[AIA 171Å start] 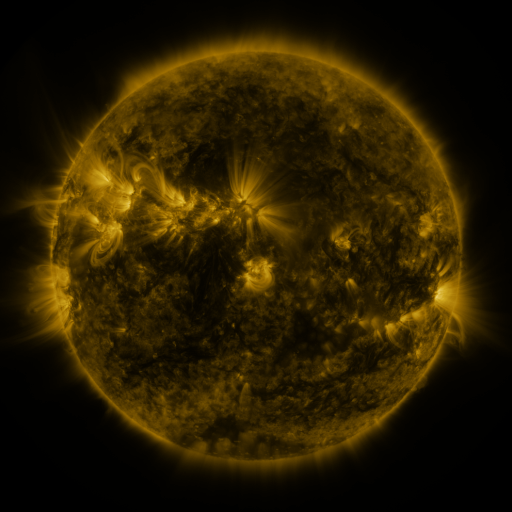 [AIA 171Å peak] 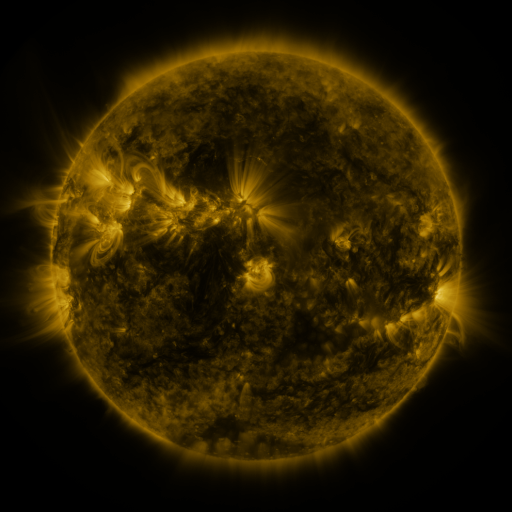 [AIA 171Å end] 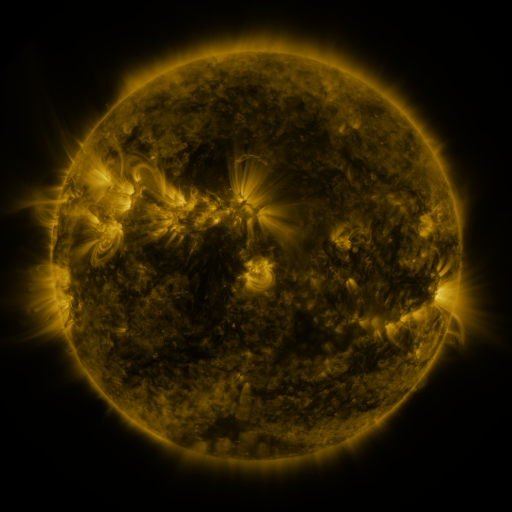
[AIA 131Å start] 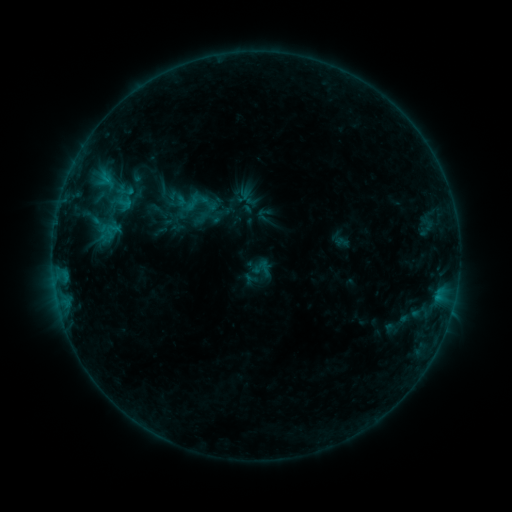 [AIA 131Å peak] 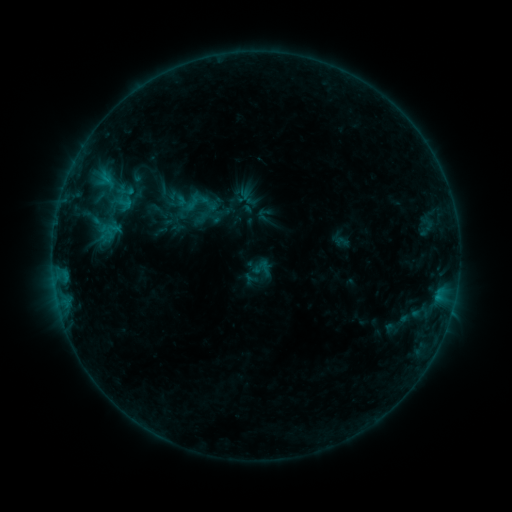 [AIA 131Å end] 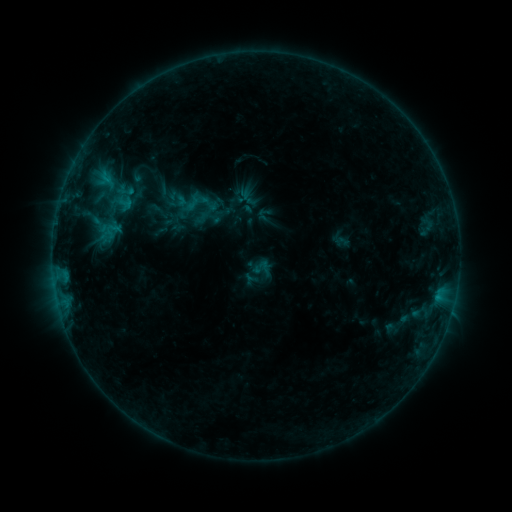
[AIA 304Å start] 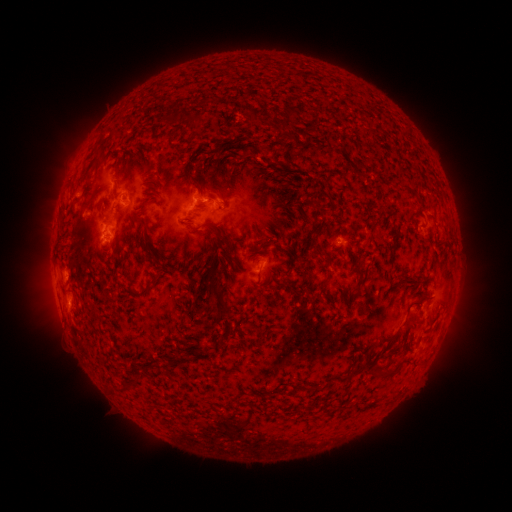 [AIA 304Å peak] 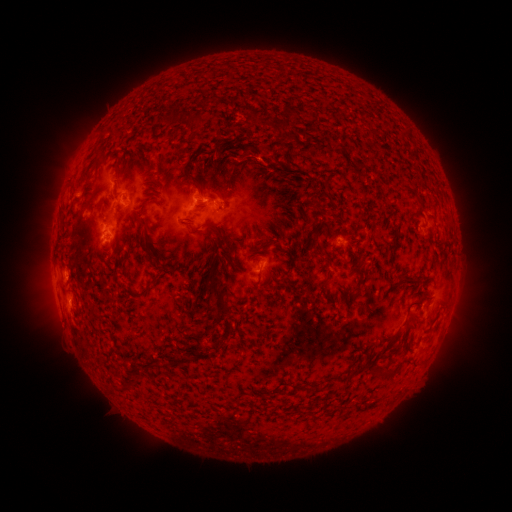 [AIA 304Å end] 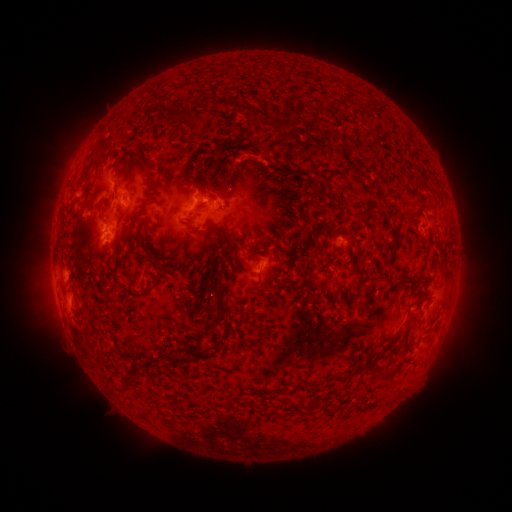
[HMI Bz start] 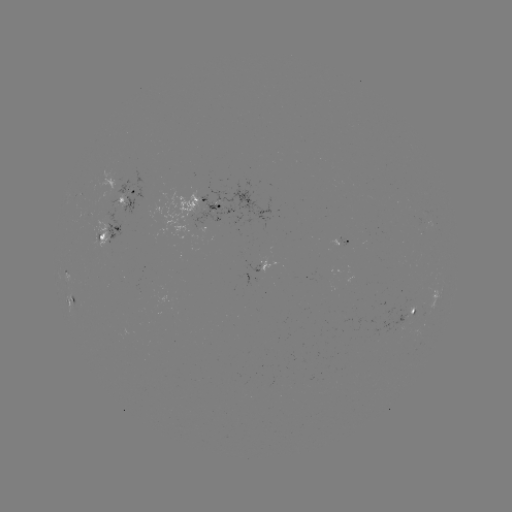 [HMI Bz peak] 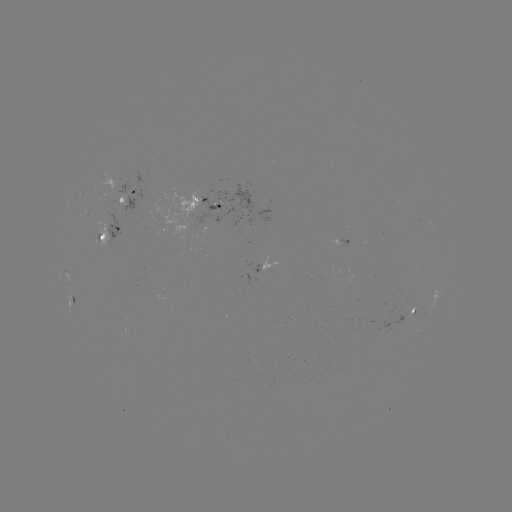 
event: eruption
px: (249, 156)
